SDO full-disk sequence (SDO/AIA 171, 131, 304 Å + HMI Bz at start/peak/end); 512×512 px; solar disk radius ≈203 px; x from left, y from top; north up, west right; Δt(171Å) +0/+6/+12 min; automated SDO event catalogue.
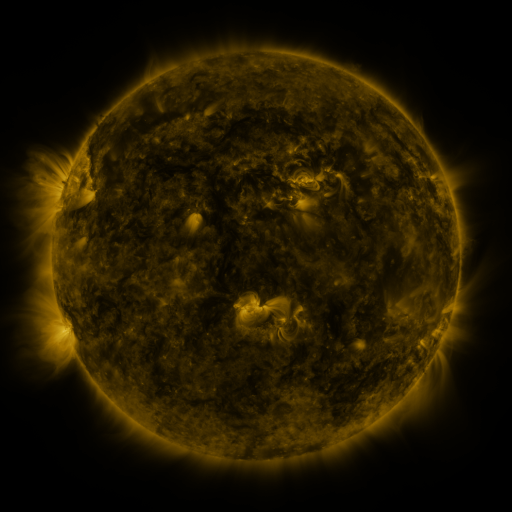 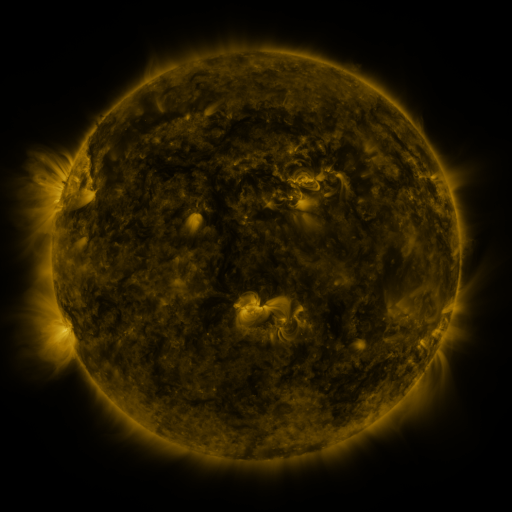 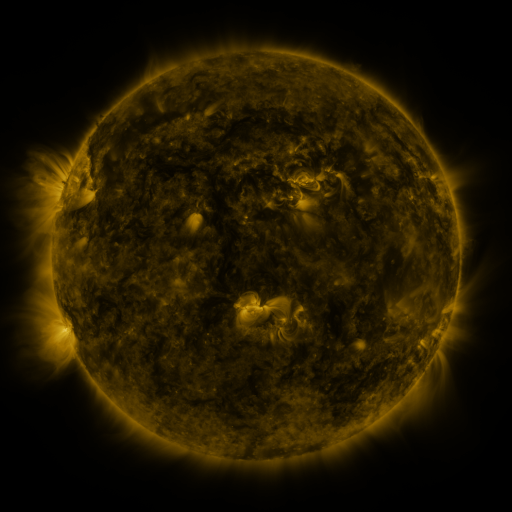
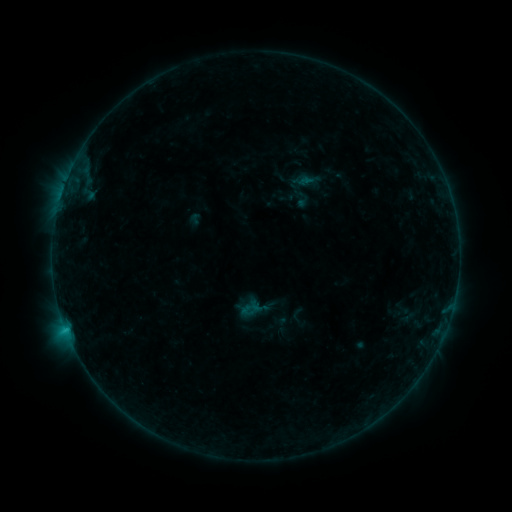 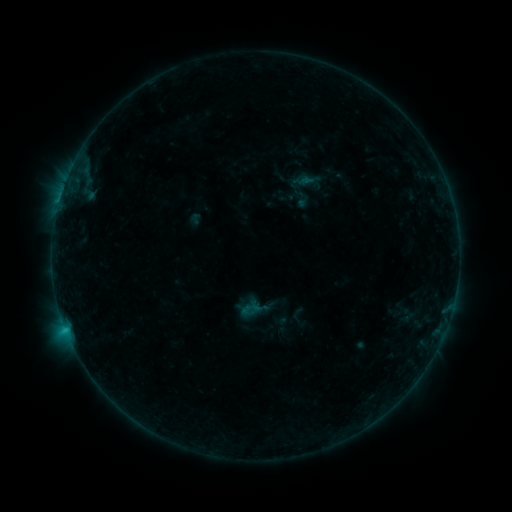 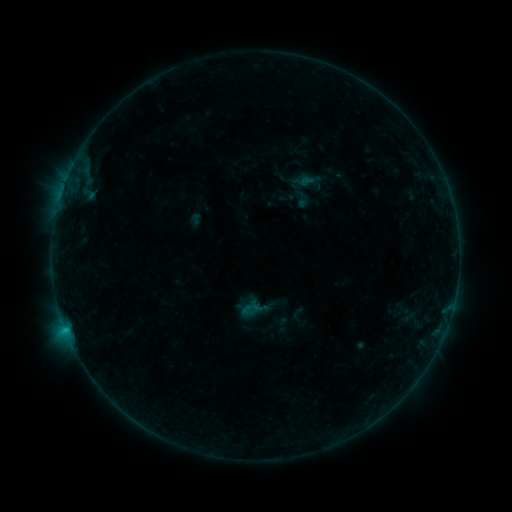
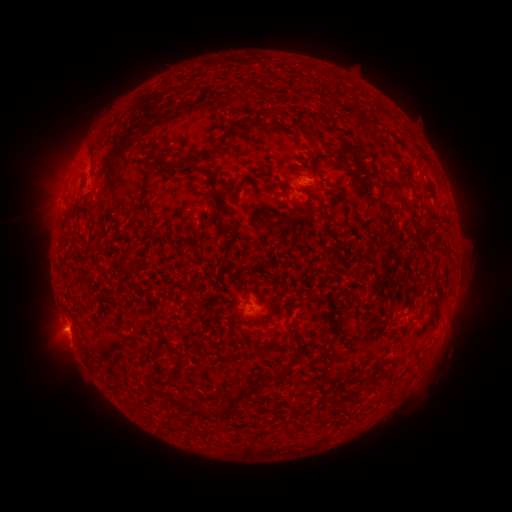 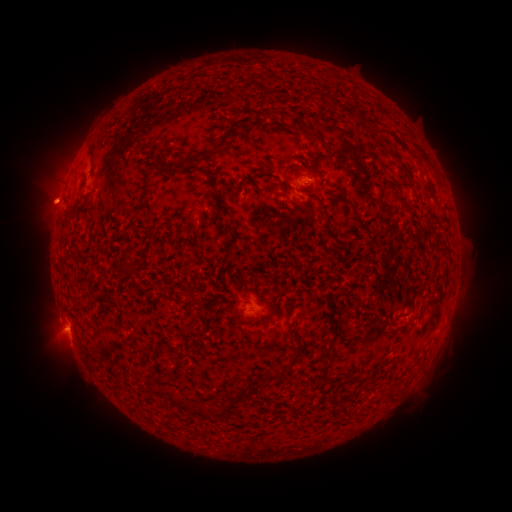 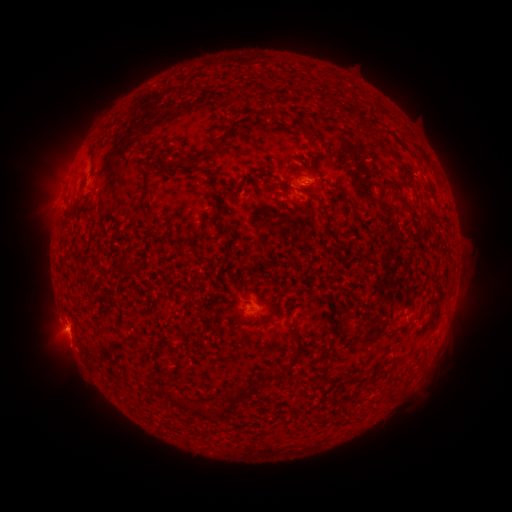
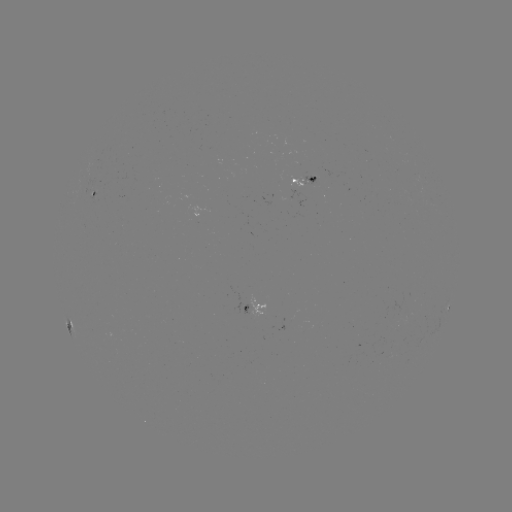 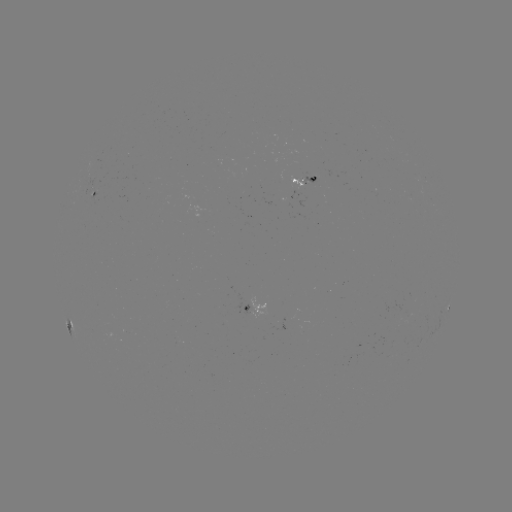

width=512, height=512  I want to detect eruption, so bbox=[12, 171, 76, 231].